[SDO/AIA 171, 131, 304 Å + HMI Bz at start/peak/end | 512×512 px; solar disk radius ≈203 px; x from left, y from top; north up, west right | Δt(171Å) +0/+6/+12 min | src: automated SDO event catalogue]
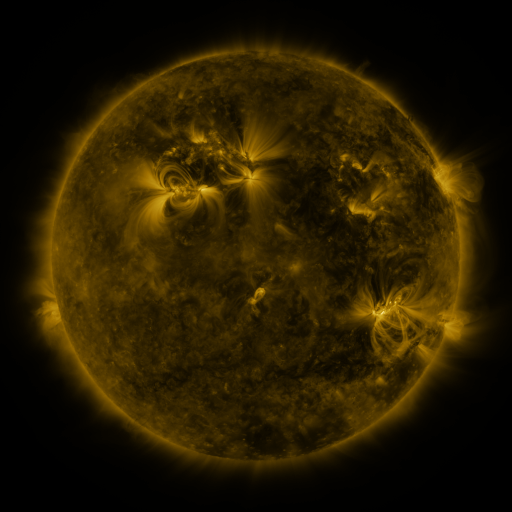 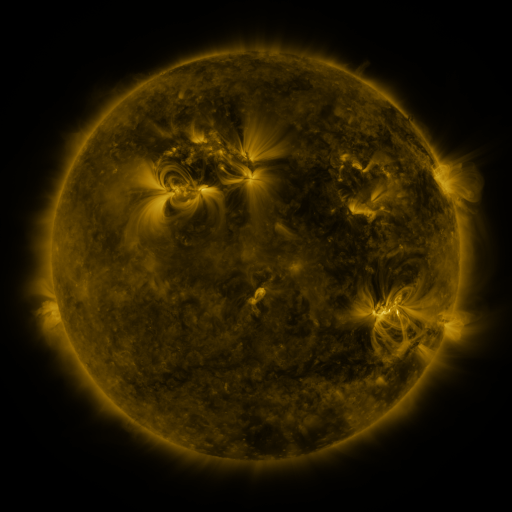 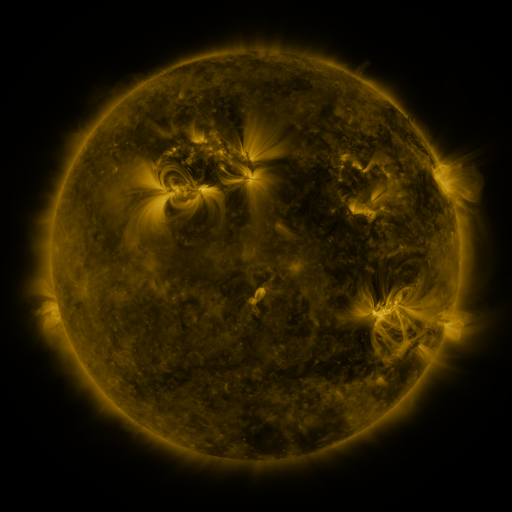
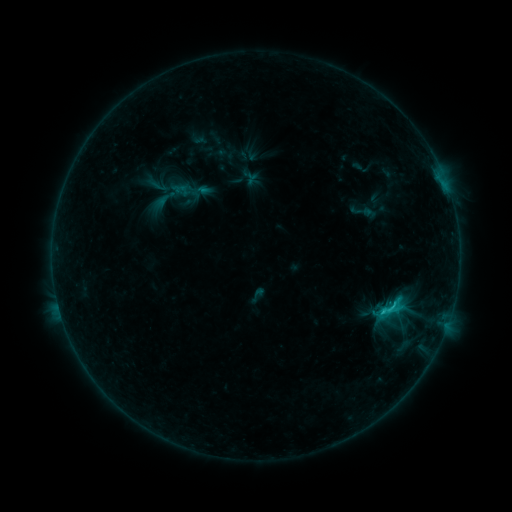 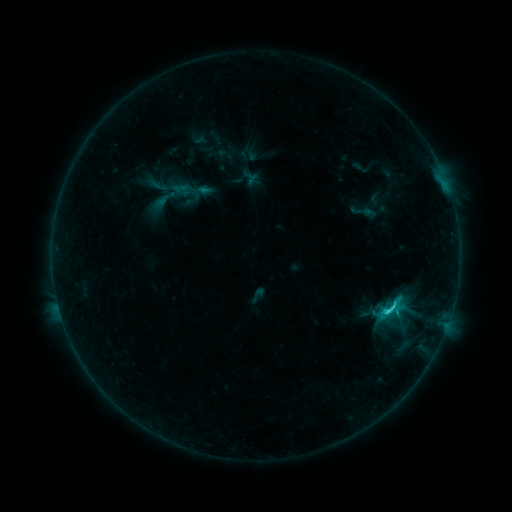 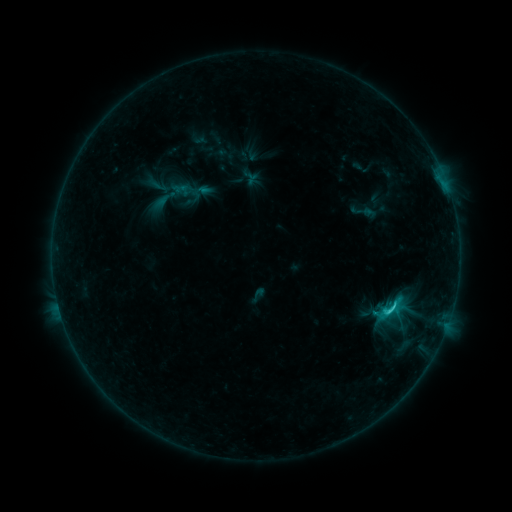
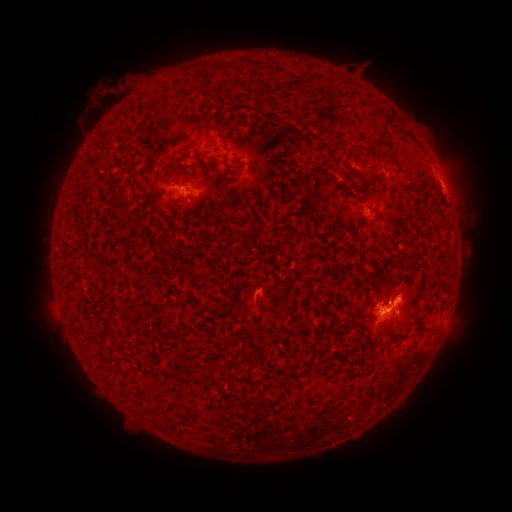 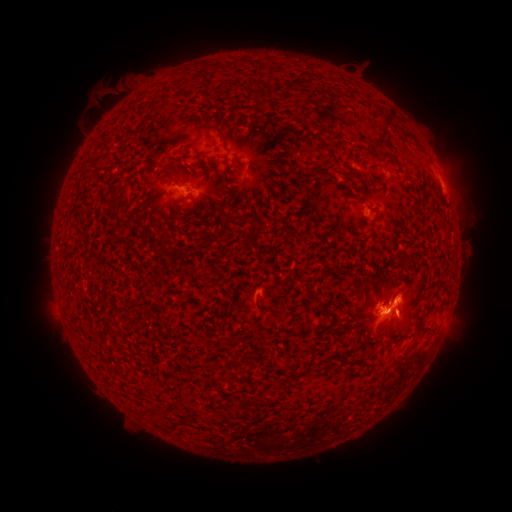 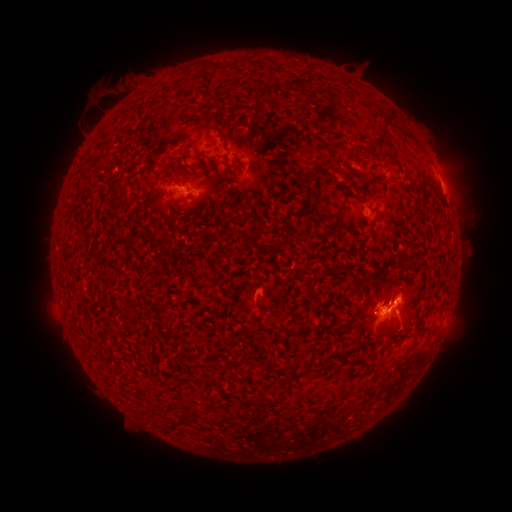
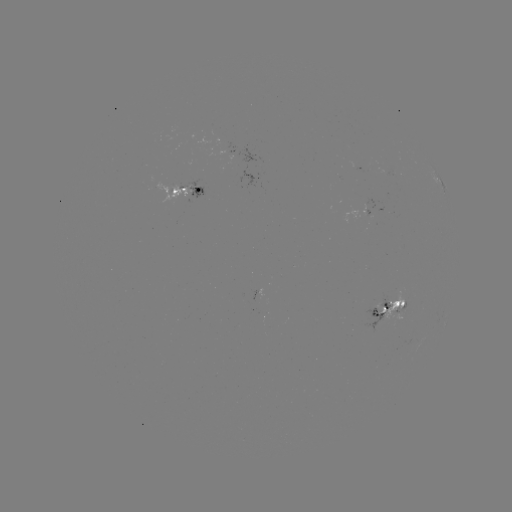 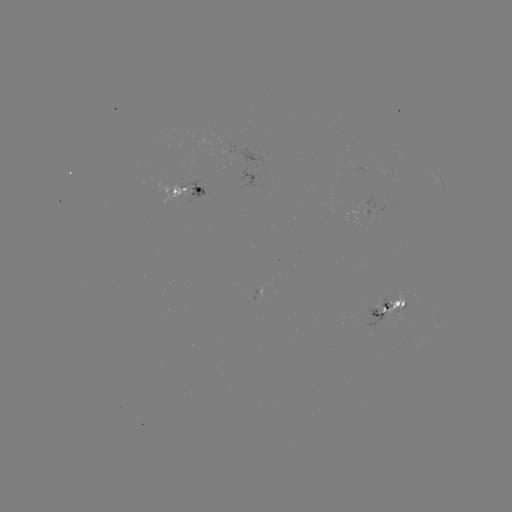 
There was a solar flare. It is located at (386, 308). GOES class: C2.2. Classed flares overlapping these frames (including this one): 1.